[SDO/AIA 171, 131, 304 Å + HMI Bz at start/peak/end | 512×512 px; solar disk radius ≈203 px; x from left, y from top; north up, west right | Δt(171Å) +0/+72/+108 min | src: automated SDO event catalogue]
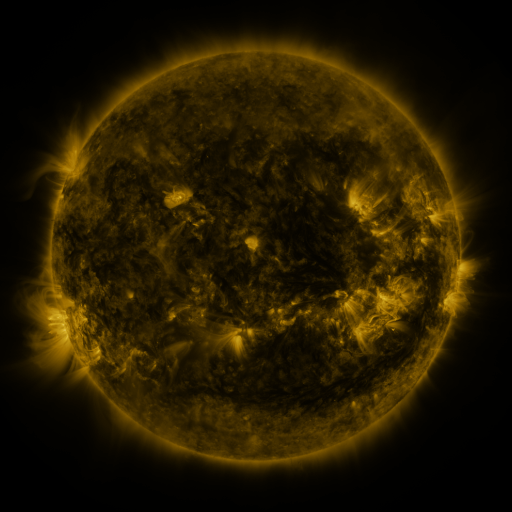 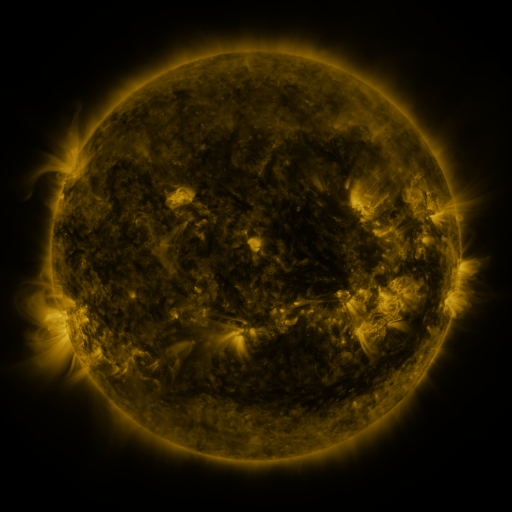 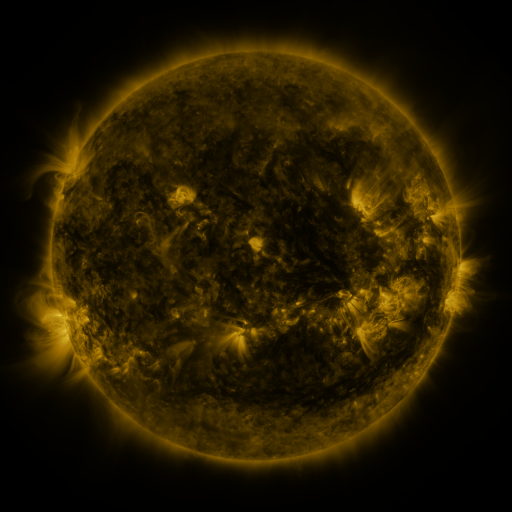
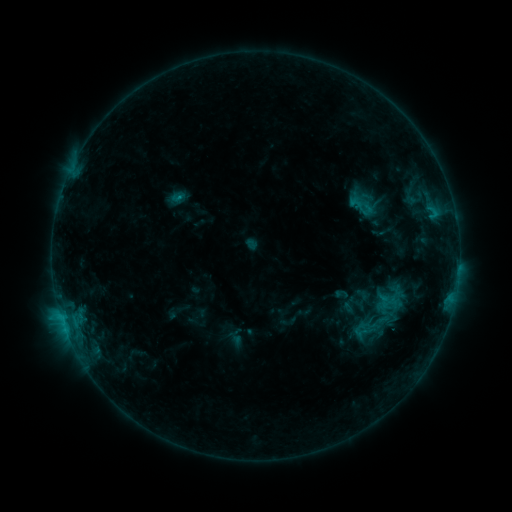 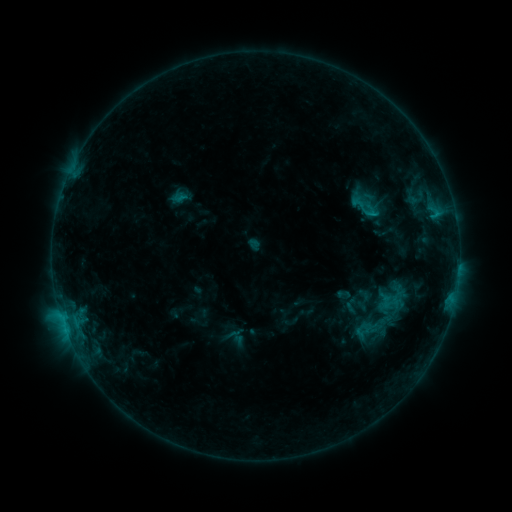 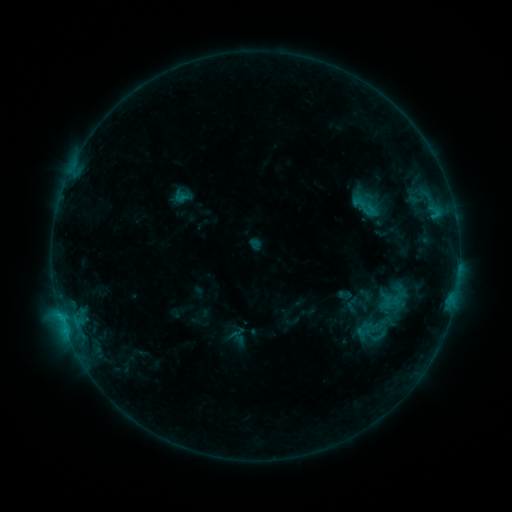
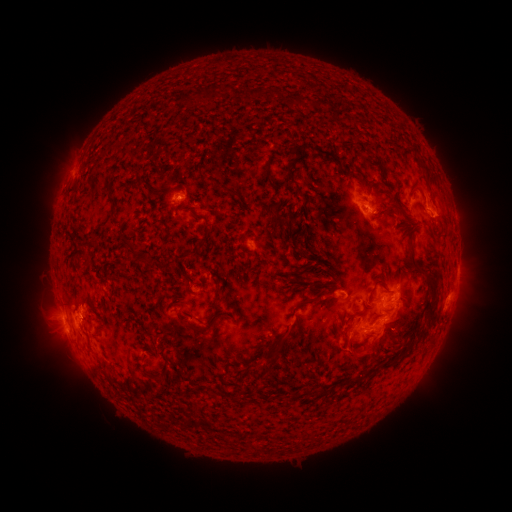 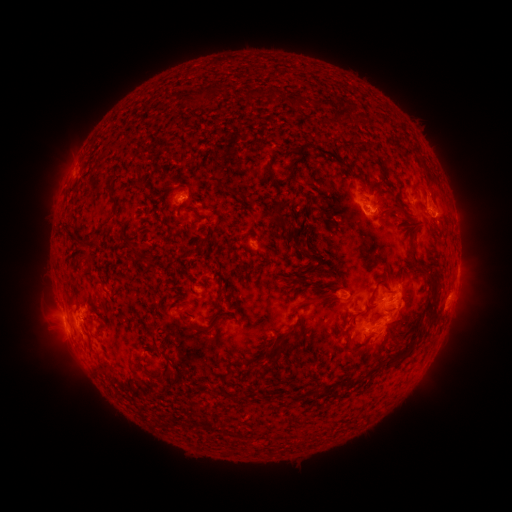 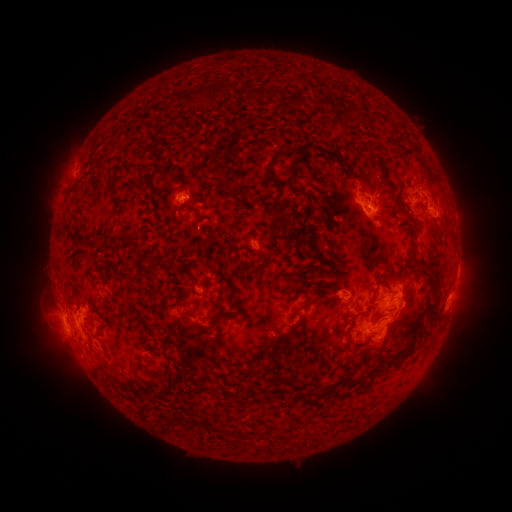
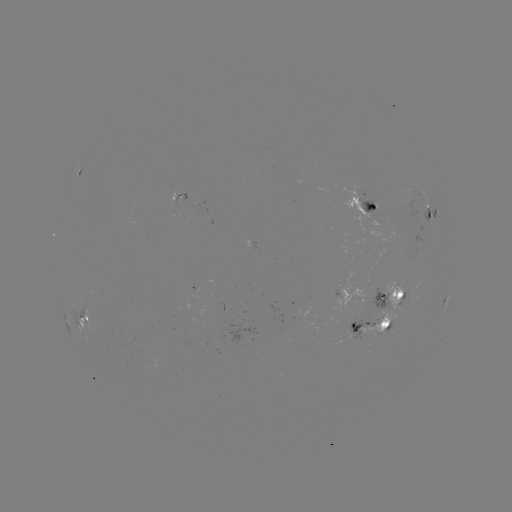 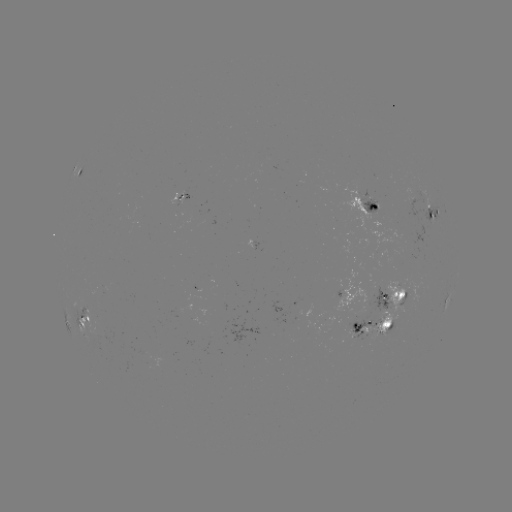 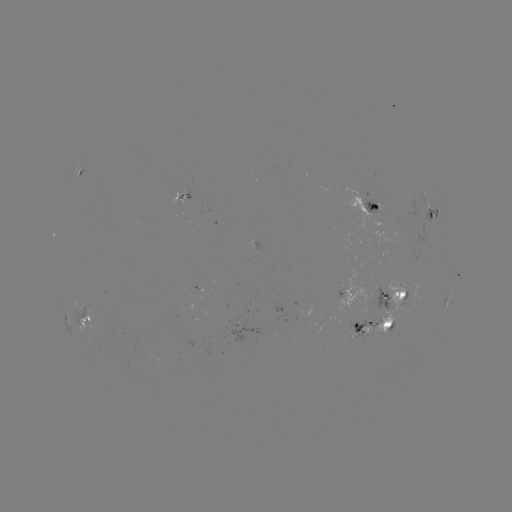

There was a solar emerging-flux region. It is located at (145, 358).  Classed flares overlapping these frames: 1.